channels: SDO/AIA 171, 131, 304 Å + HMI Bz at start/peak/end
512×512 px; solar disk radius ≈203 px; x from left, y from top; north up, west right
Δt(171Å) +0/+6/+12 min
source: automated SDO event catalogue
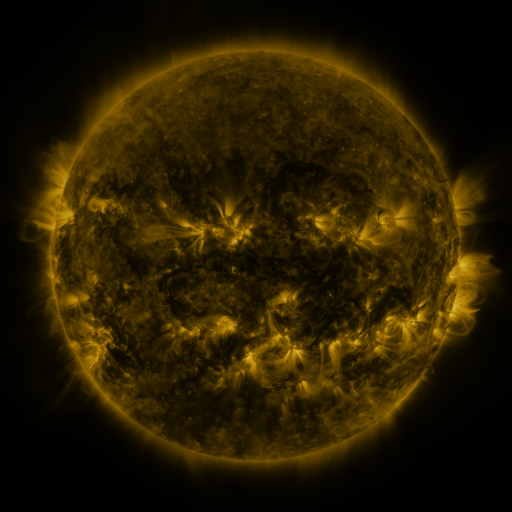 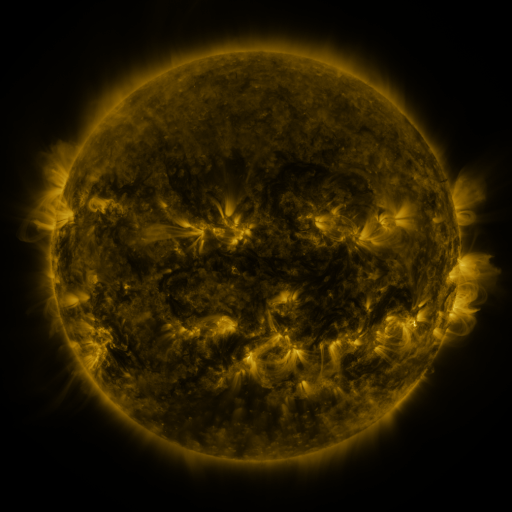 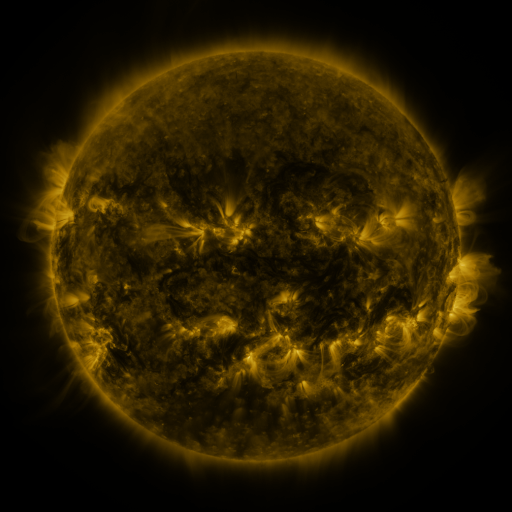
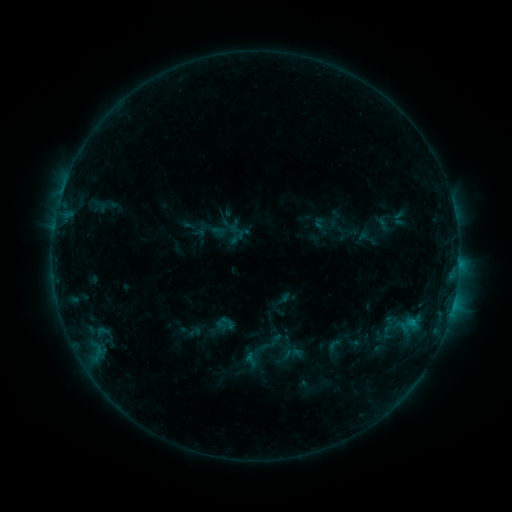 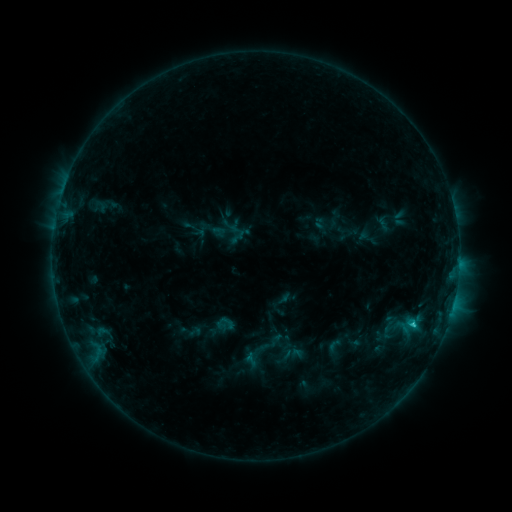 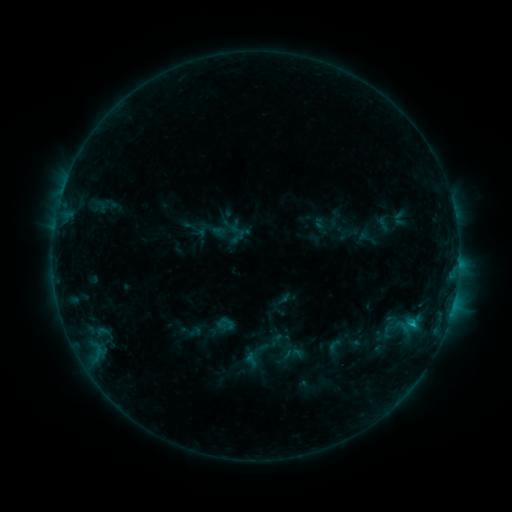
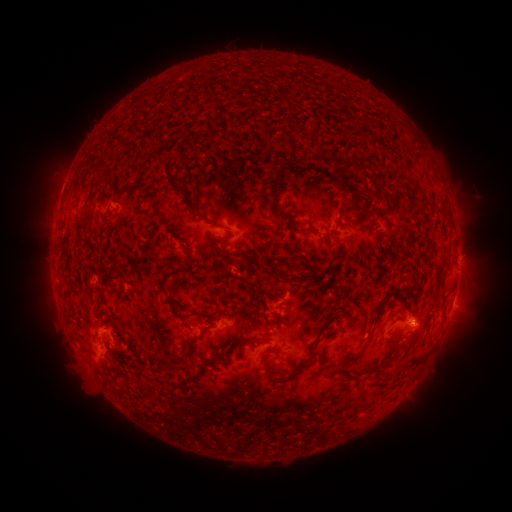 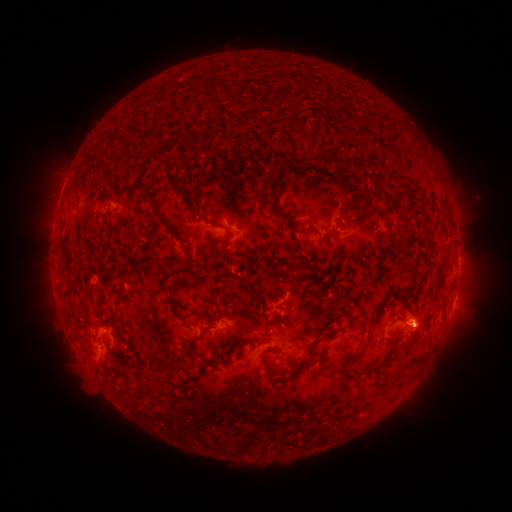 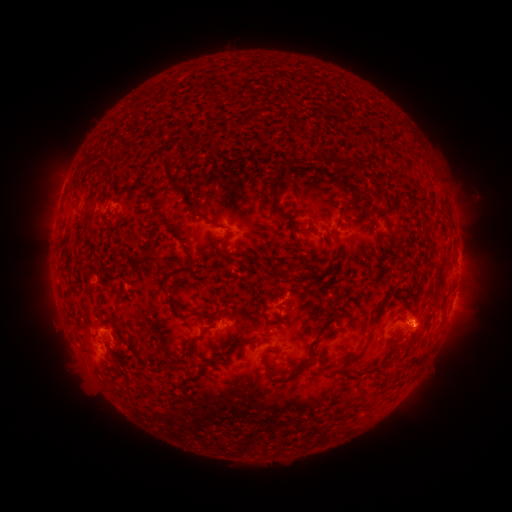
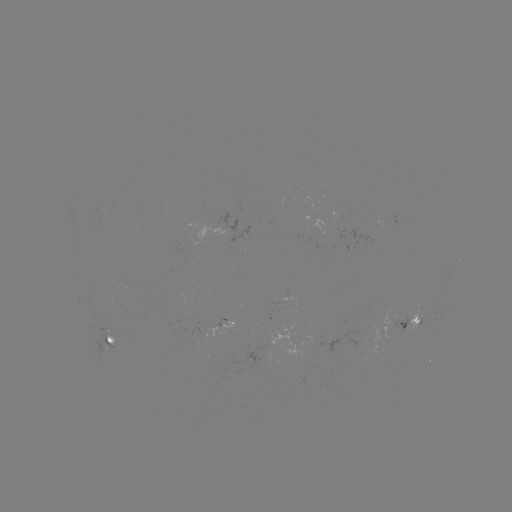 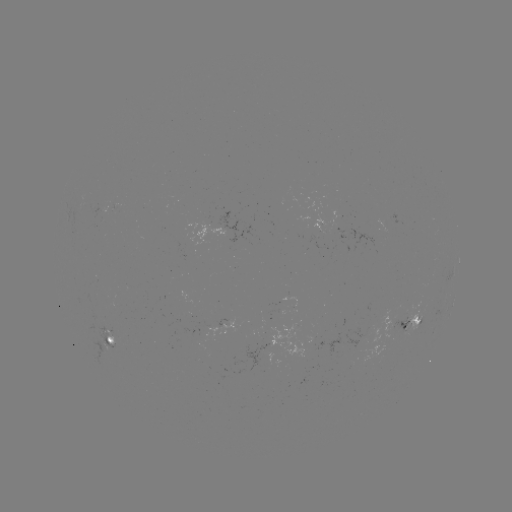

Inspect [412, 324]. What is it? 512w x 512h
C1.0 flare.